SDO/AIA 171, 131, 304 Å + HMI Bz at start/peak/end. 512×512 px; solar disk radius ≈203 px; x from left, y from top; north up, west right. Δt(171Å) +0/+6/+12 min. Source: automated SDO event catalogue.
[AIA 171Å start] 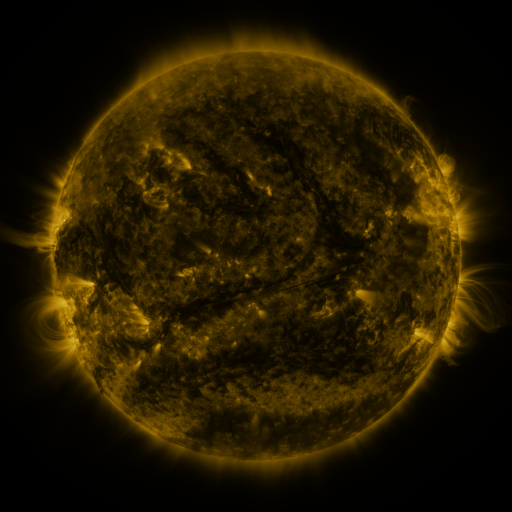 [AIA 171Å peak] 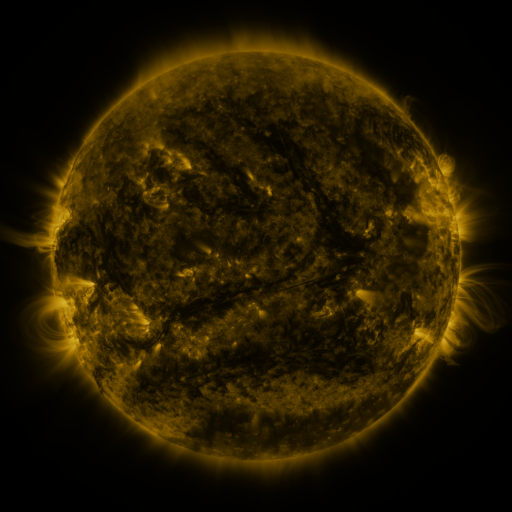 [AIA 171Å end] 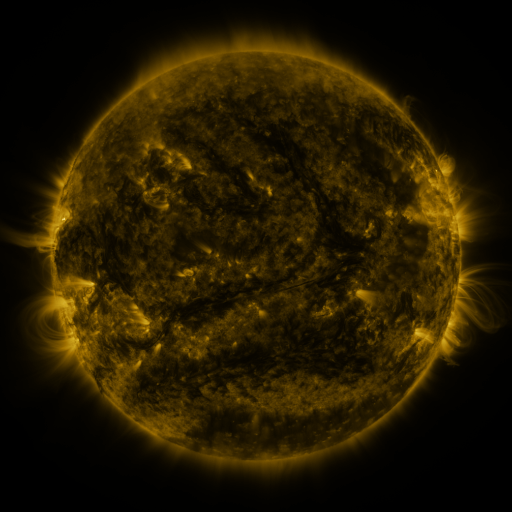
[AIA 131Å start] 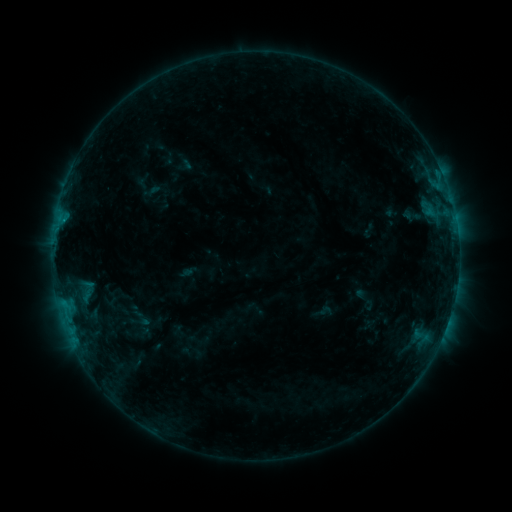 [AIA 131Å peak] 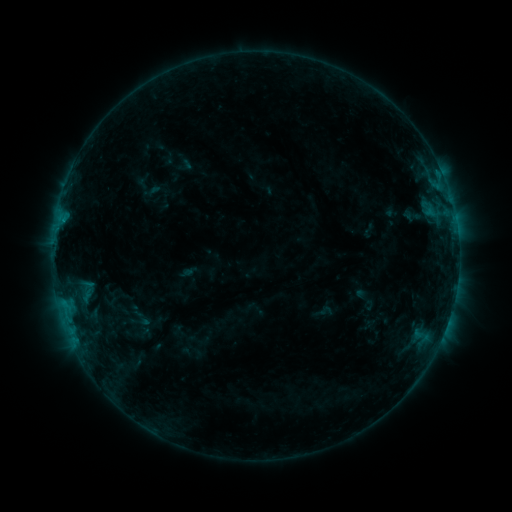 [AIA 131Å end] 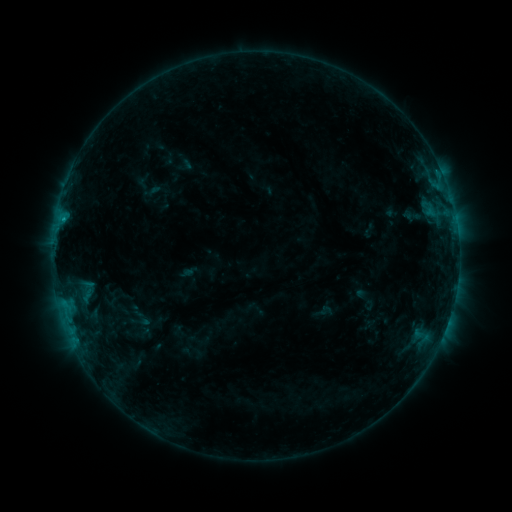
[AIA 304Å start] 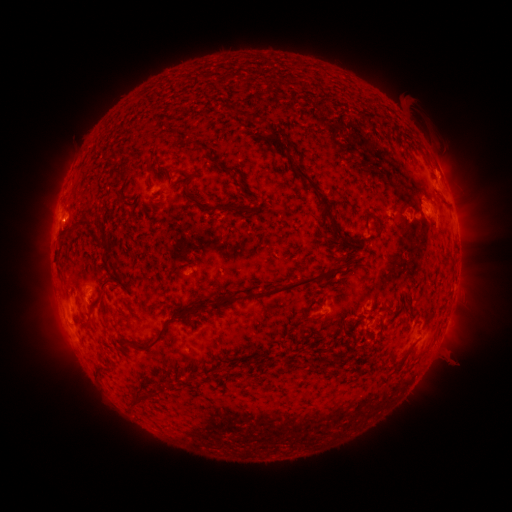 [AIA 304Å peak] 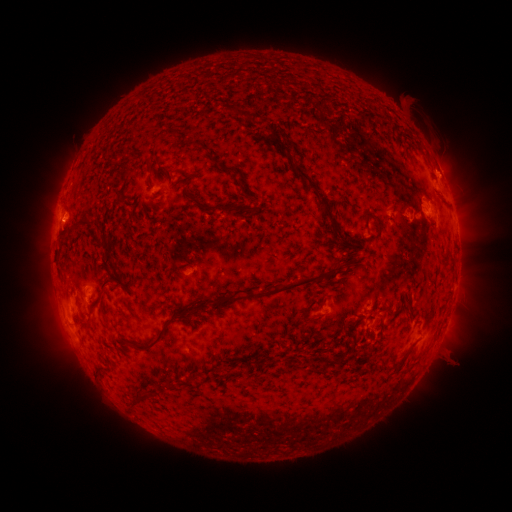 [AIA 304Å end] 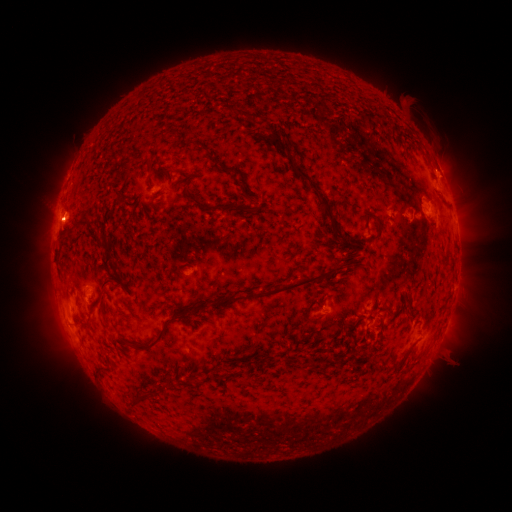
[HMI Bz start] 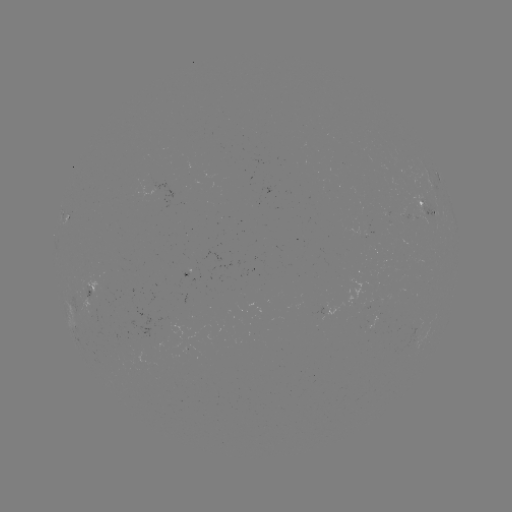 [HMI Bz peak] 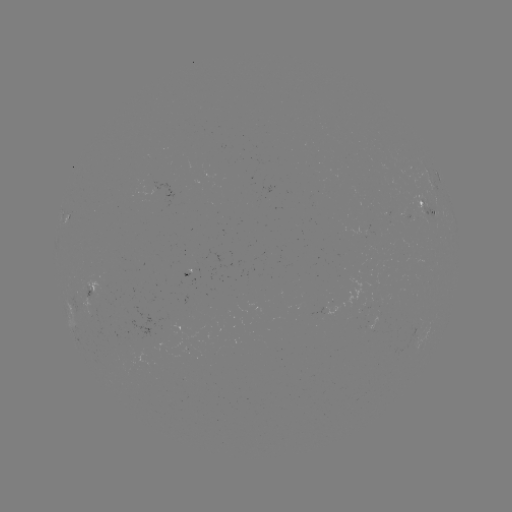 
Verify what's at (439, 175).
B6.1 flare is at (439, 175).